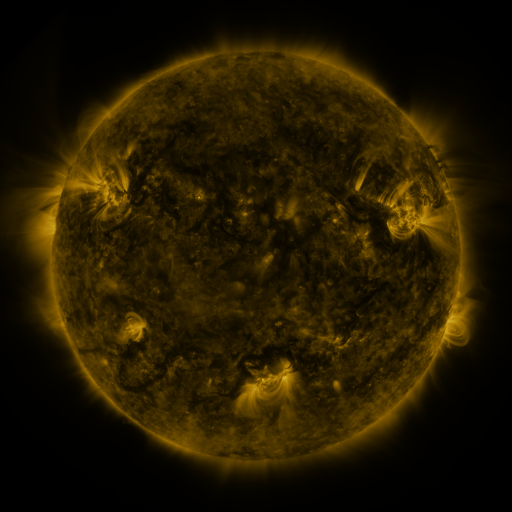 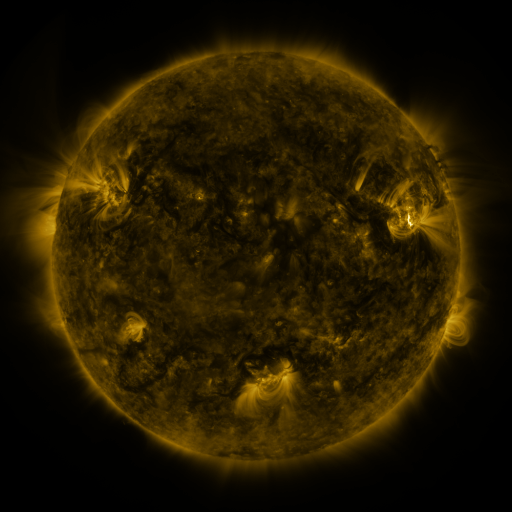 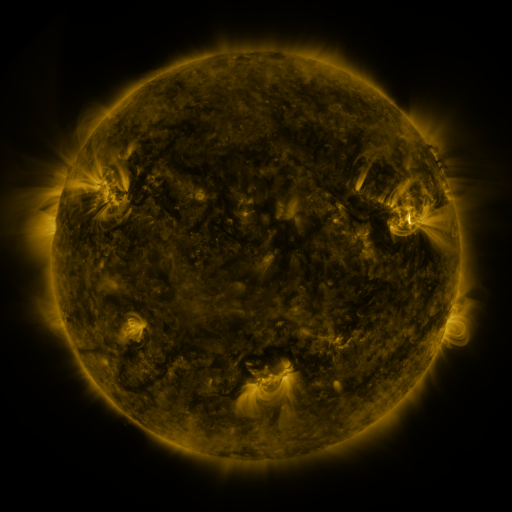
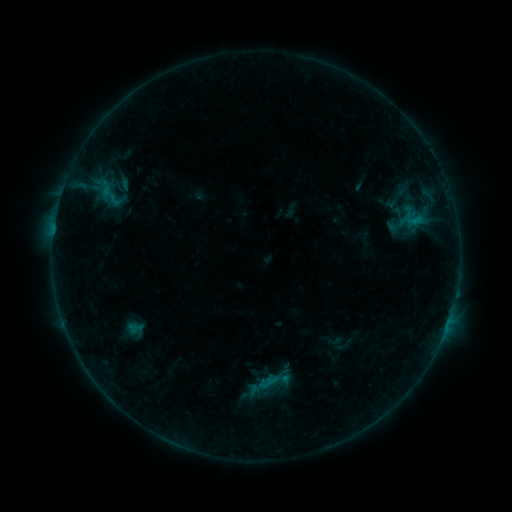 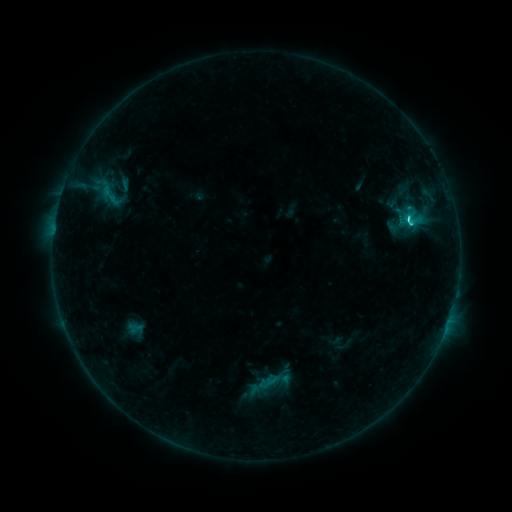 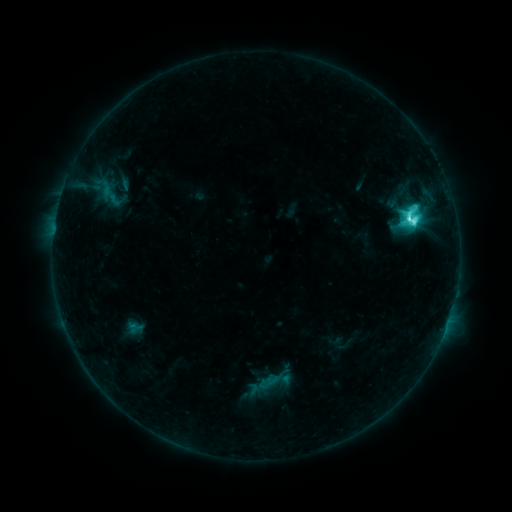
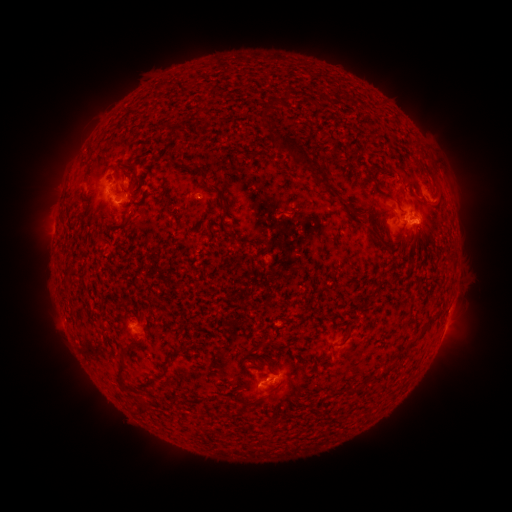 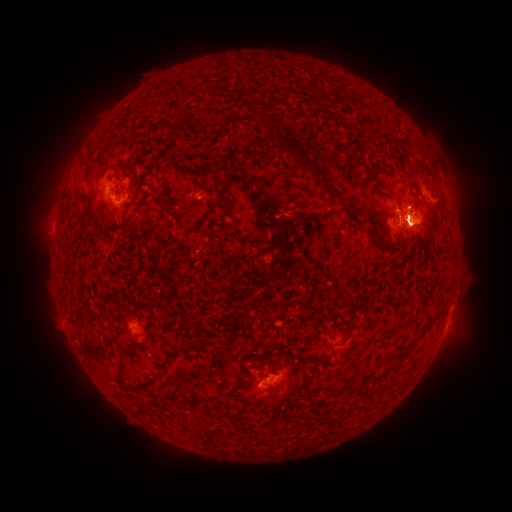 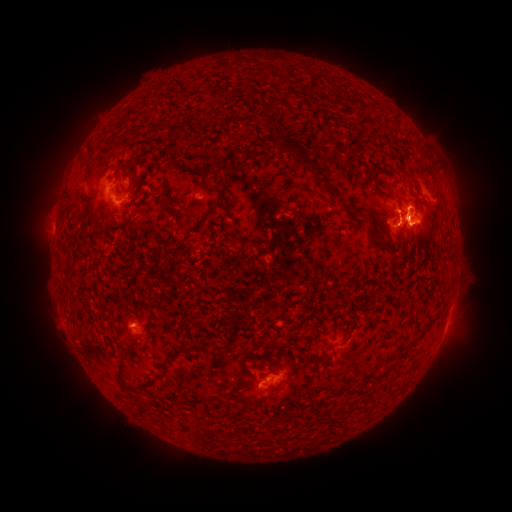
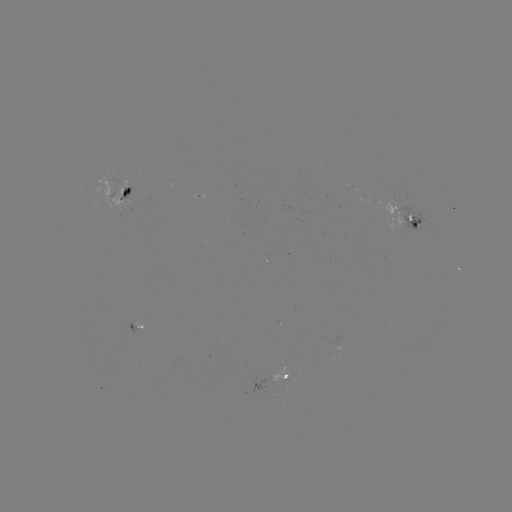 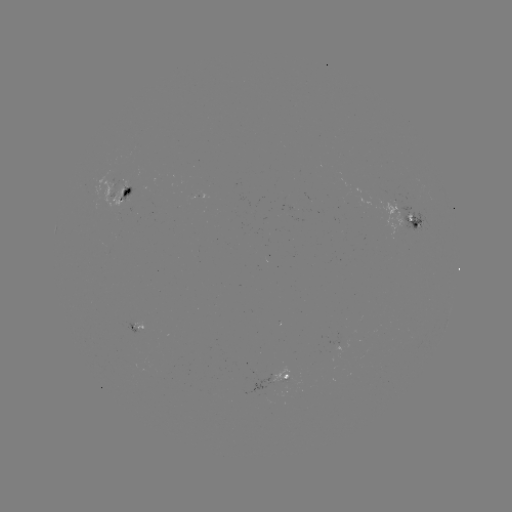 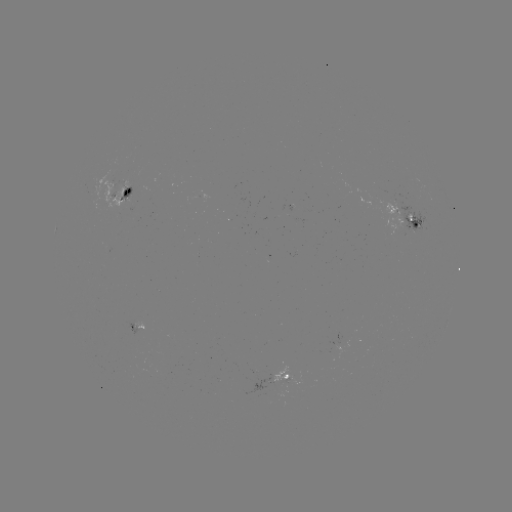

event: flare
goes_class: M1.2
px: (406, 219)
